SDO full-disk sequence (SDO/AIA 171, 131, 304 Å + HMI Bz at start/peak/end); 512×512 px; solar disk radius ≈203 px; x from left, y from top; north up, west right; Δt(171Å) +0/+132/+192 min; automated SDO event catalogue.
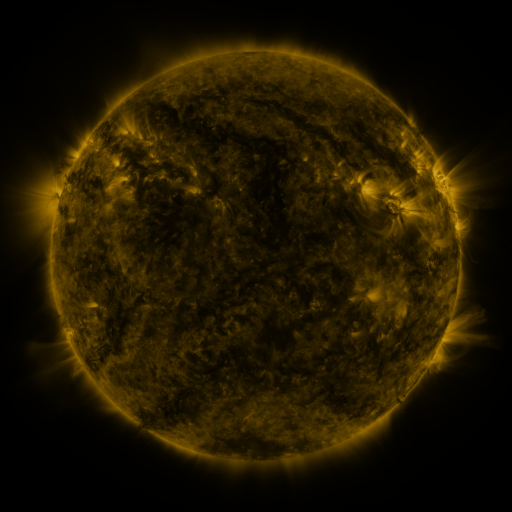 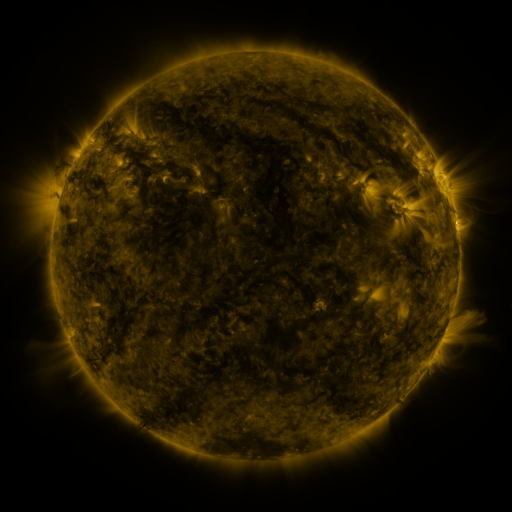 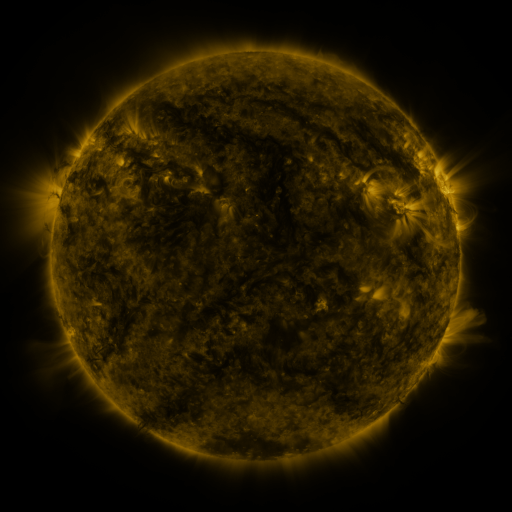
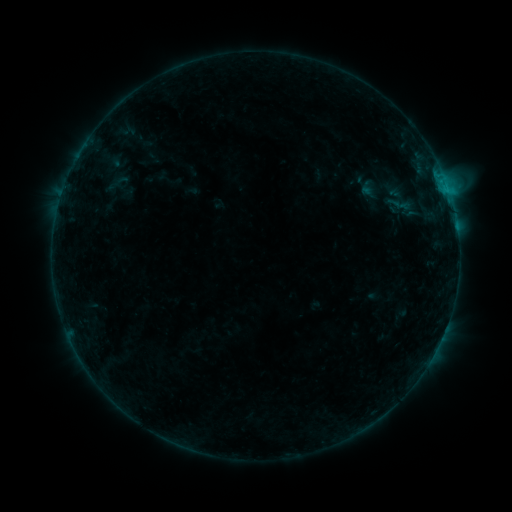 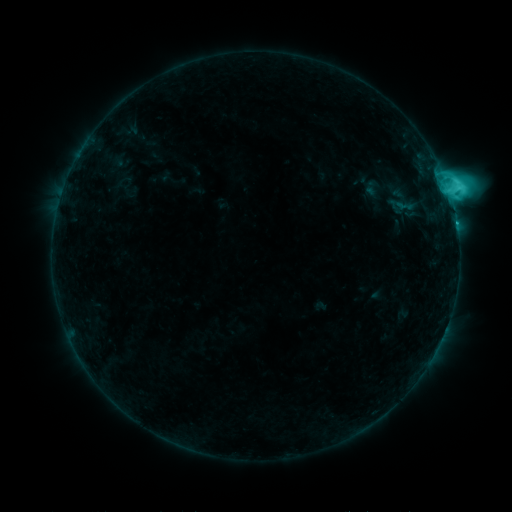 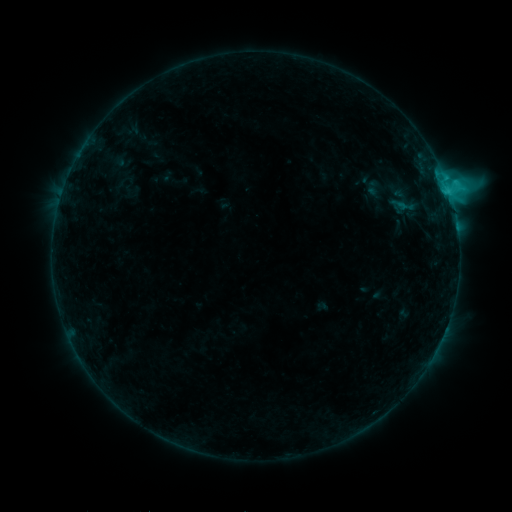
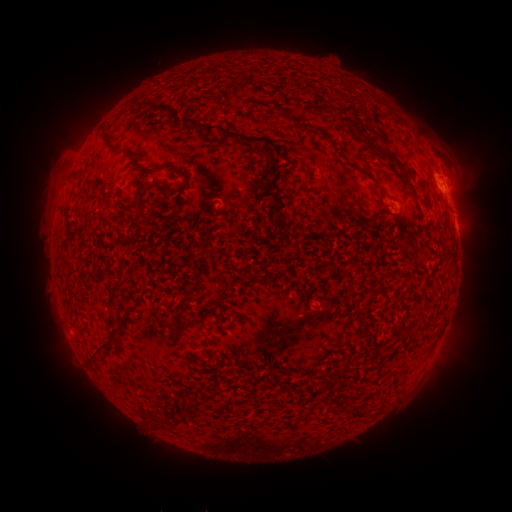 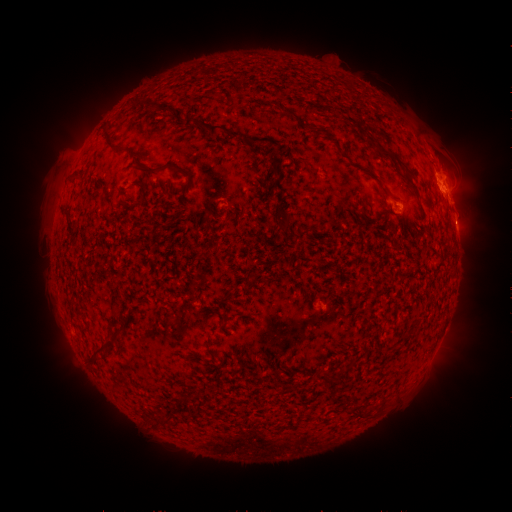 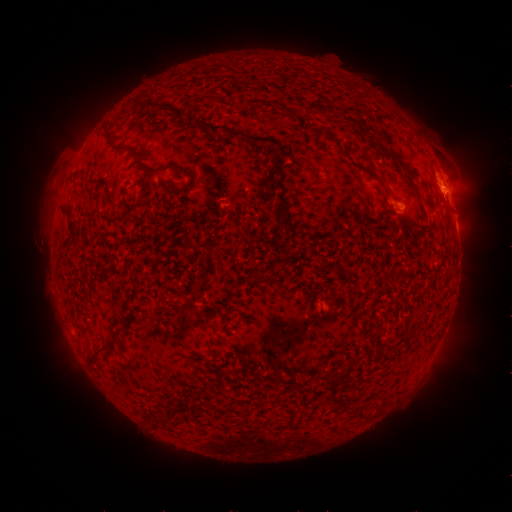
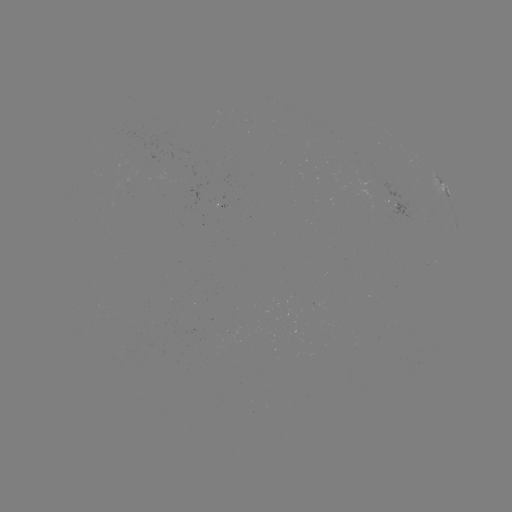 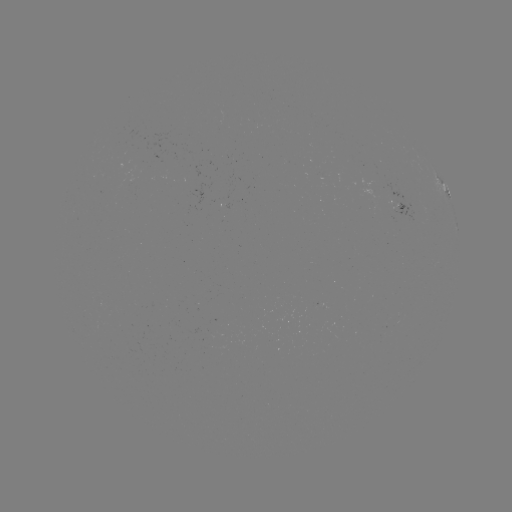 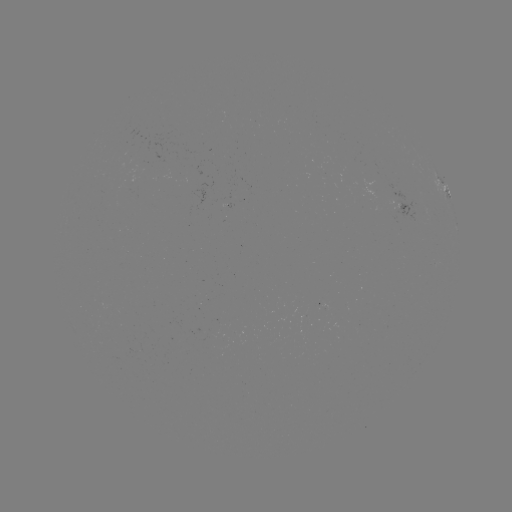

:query C6.8 flare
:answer [448, 192]